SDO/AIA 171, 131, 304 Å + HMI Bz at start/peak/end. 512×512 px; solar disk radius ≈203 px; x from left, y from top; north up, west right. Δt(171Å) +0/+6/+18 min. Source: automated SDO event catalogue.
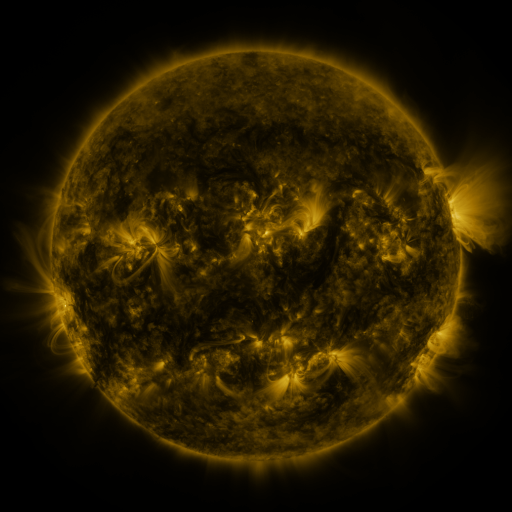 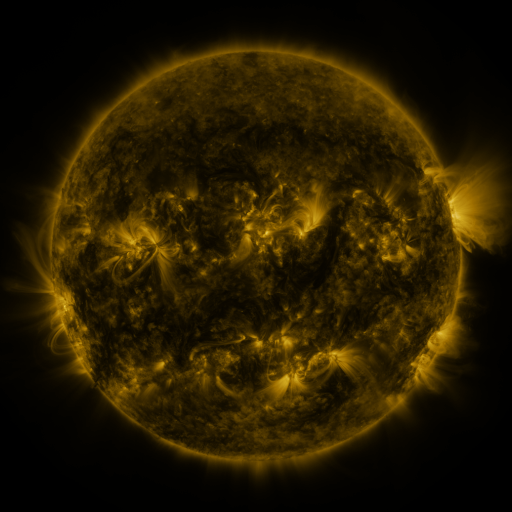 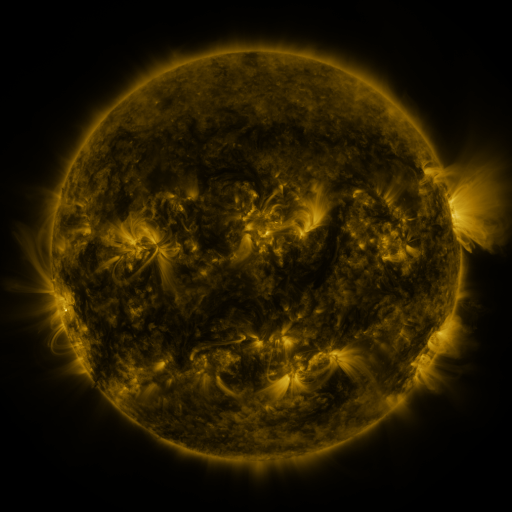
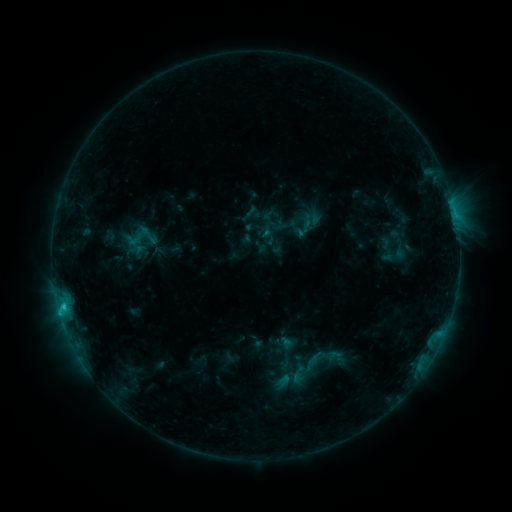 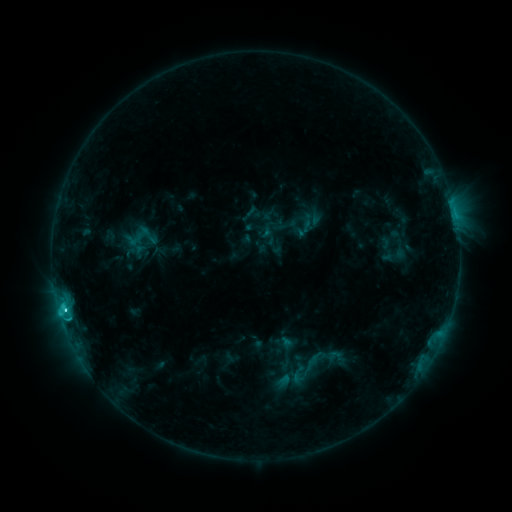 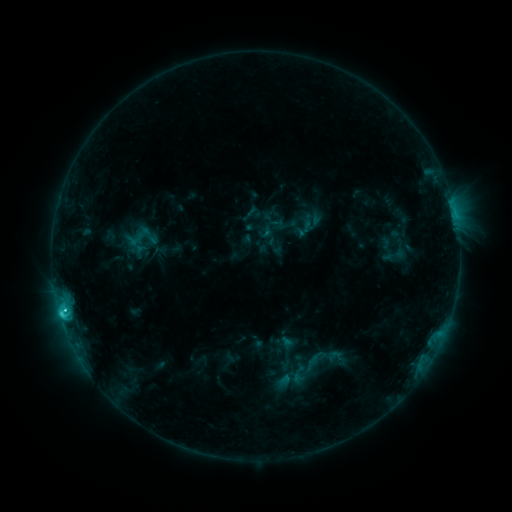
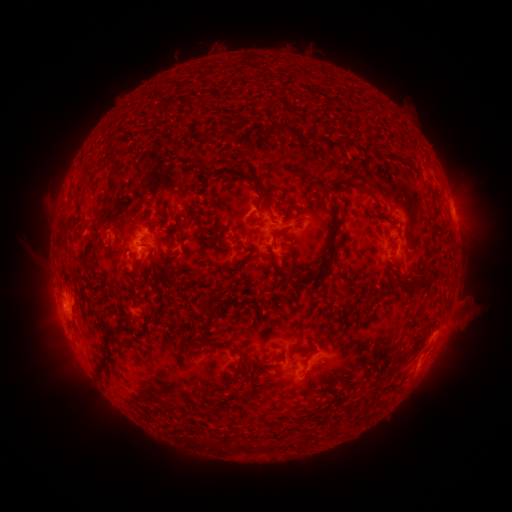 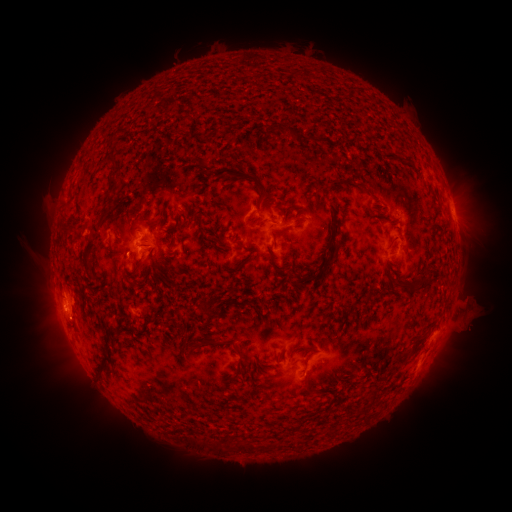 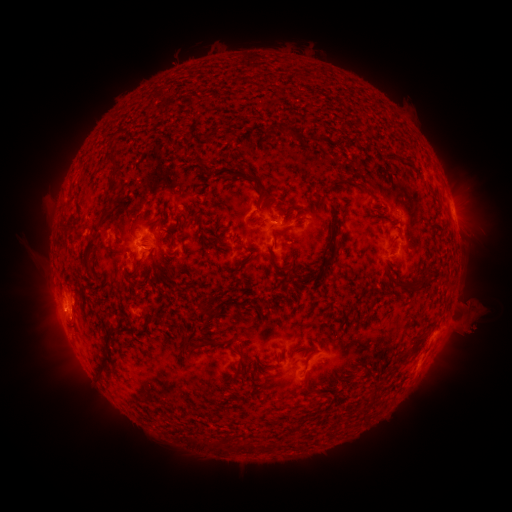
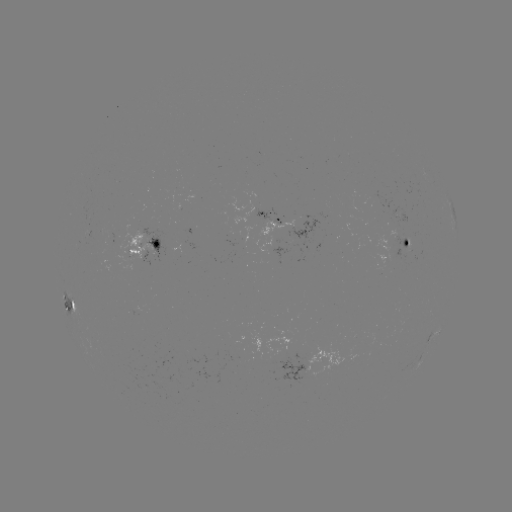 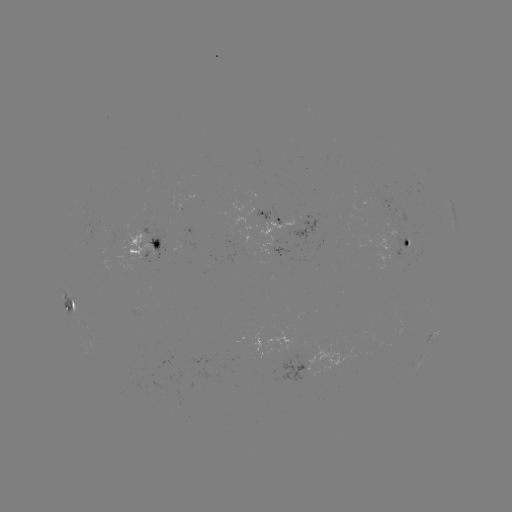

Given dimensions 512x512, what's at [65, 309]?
C3.4 flare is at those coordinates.